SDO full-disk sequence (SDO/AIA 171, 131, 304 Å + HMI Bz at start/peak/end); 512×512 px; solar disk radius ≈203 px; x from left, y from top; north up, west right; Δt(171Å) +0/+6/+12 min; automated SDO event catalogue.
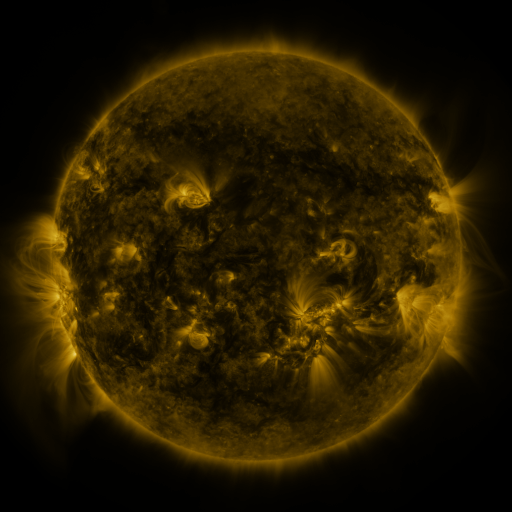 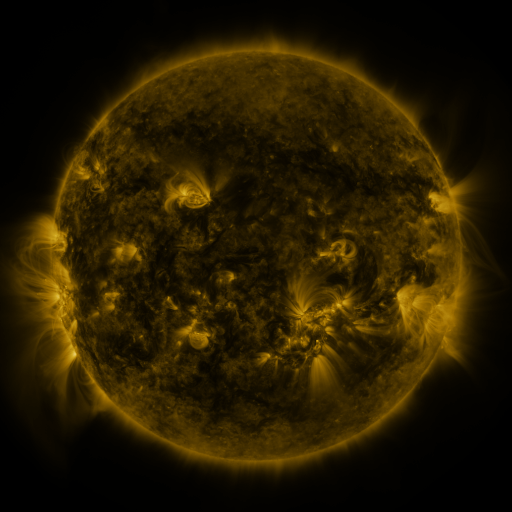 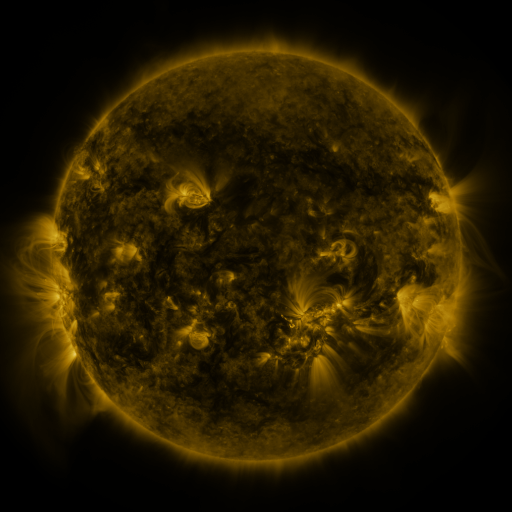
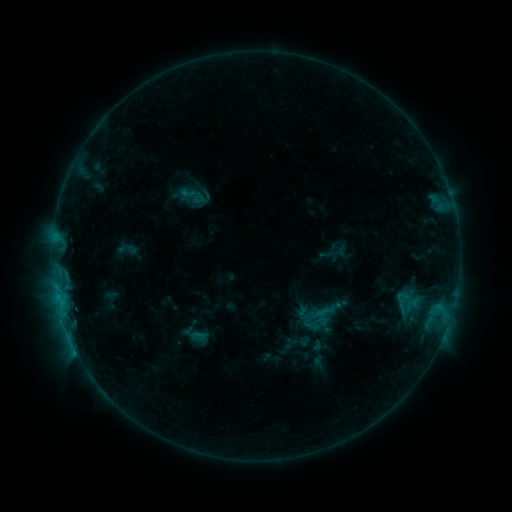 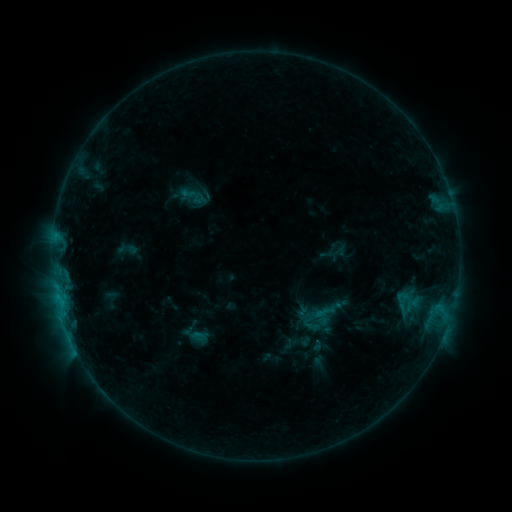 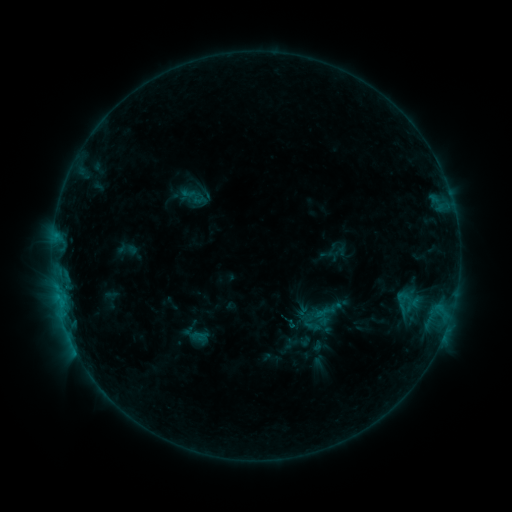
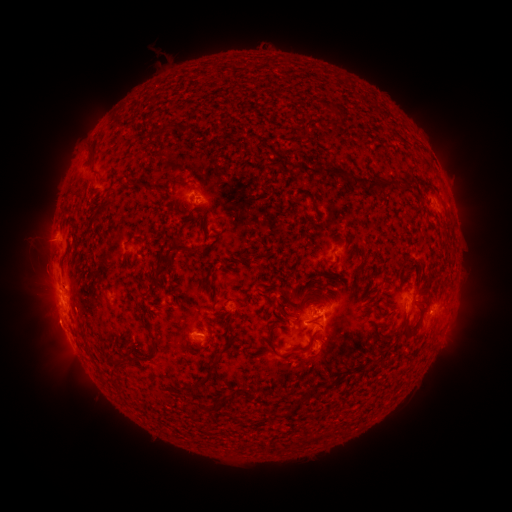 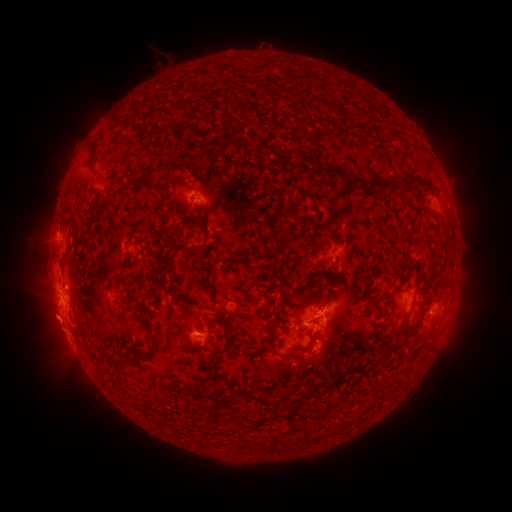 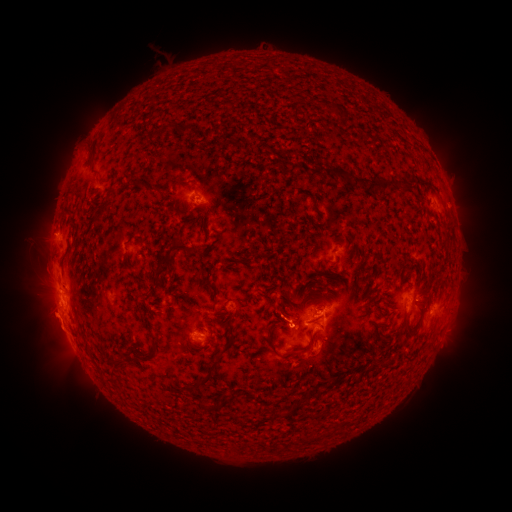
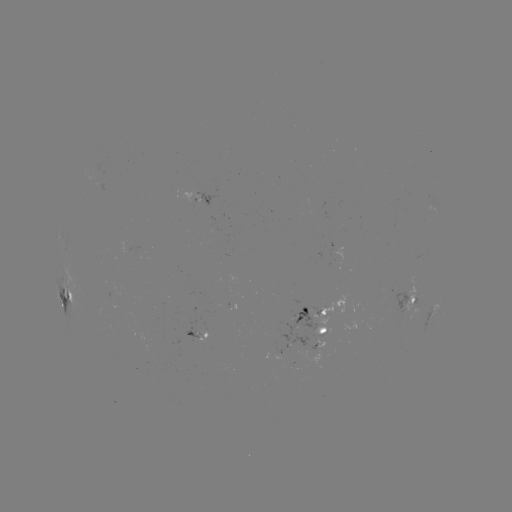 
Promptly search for eruption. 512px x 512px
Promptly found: [59, 328].